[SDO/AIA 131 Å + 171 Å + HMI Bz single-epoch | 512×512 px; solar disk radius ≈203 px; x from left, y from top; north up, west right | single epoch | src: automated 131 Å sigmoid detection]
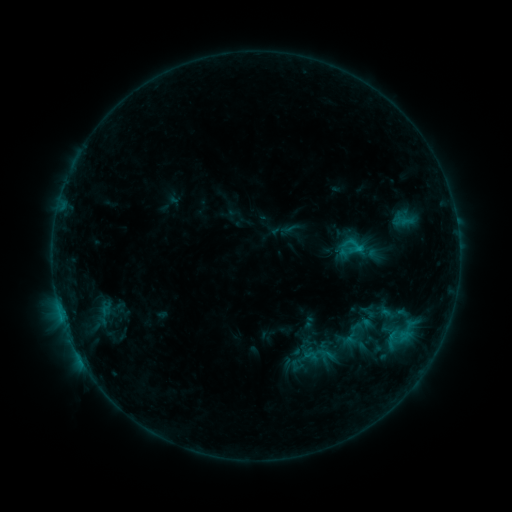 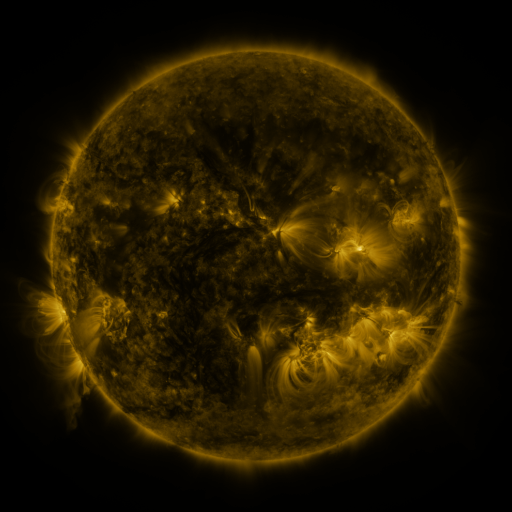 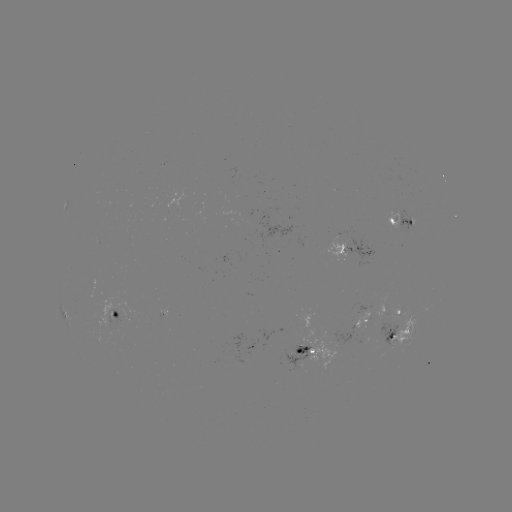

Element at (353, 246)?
sigmoid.